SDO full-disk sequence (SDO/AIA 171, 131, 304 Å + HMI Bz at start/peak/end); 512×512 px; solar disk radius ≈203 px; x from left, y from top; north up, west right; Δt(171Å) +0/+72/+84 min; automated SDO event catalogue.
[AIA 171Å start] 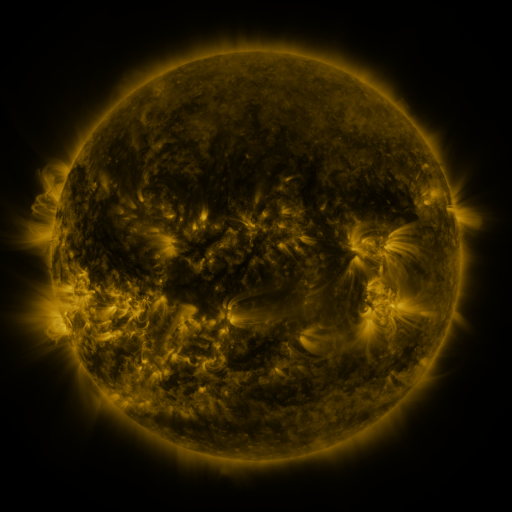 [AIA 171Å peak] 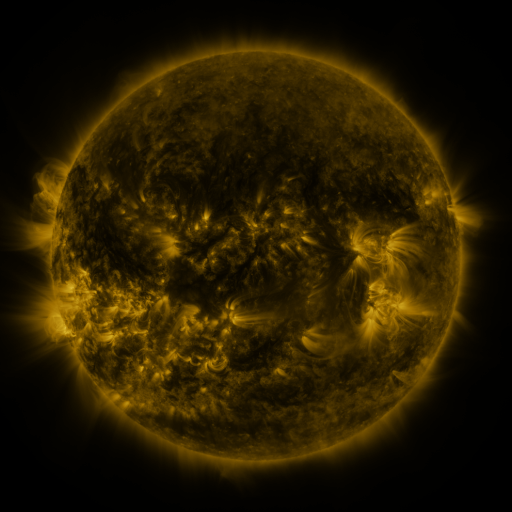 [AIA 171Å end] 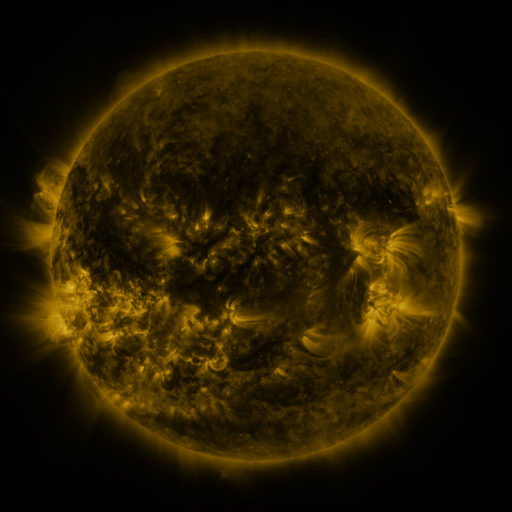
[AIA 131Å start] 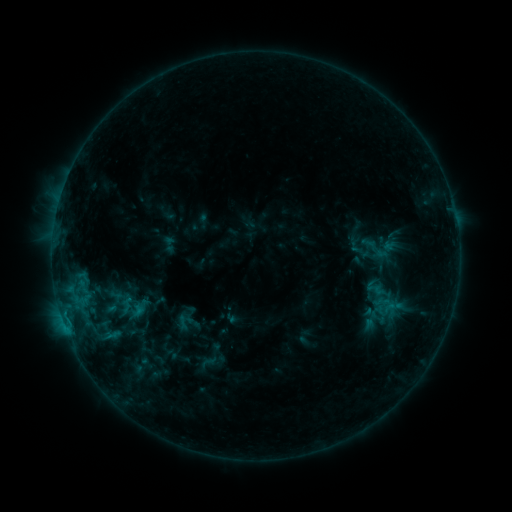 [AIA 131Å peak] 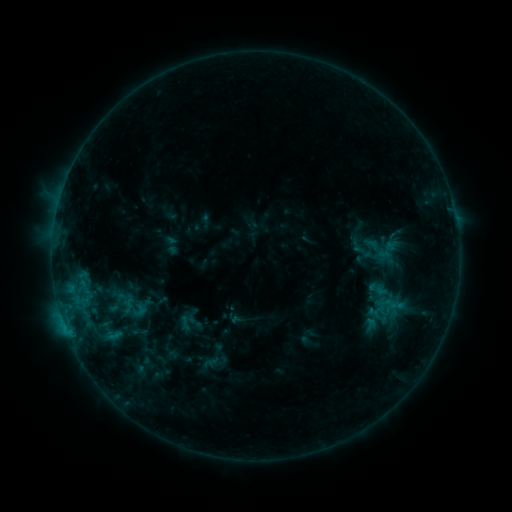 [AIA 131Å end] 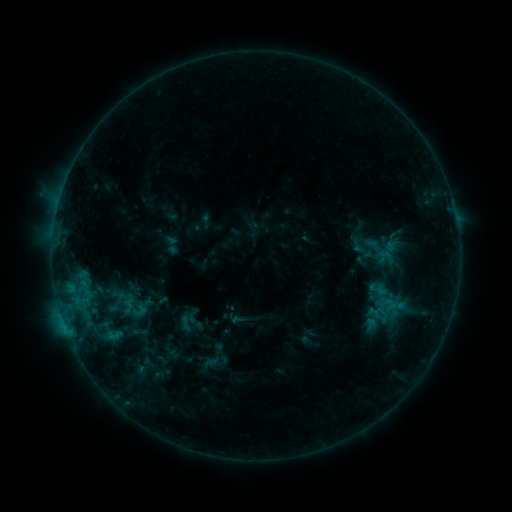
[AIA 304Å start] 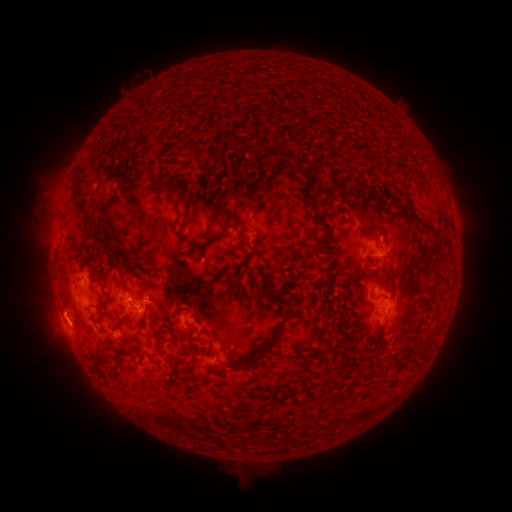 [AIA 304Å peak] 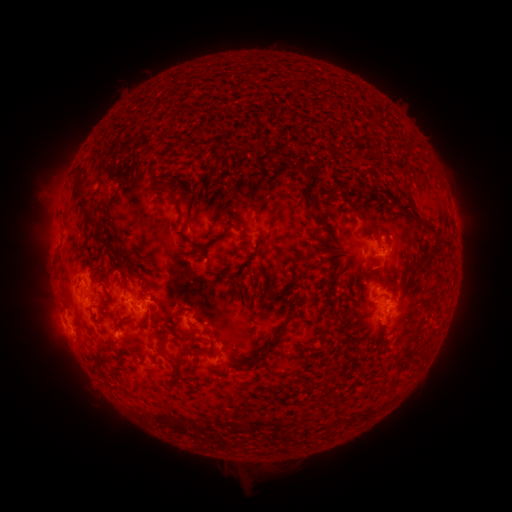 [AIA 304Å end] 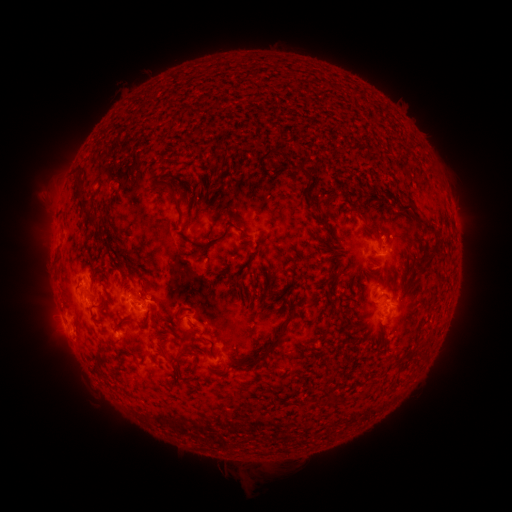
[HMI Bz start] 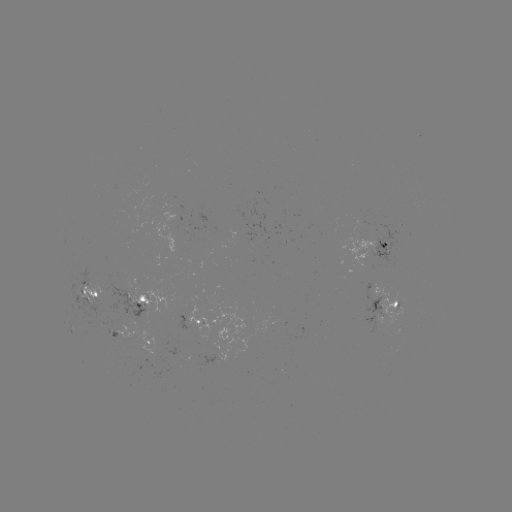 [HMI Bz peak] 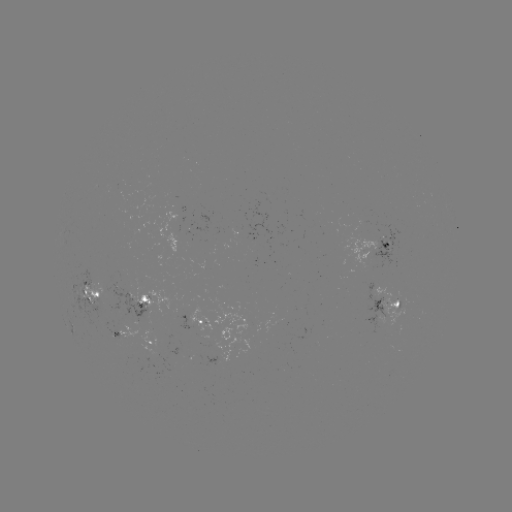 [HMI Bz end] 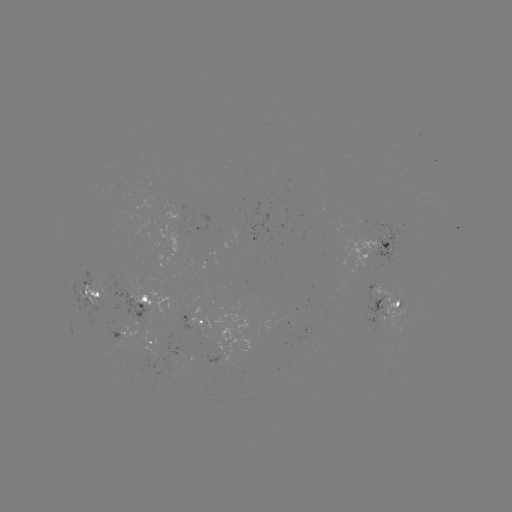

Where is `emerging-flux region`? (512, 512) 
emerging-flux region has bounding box [103, 325, 123, 341].